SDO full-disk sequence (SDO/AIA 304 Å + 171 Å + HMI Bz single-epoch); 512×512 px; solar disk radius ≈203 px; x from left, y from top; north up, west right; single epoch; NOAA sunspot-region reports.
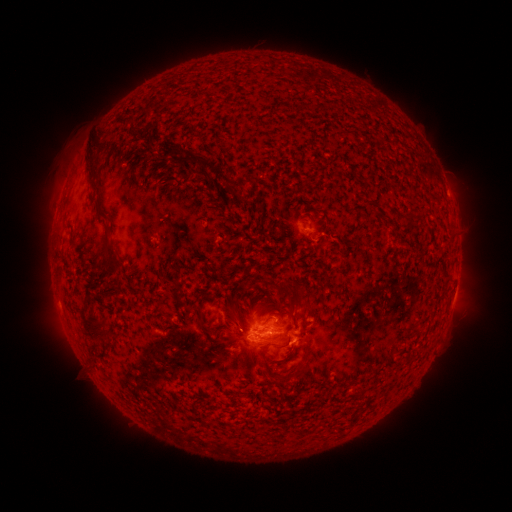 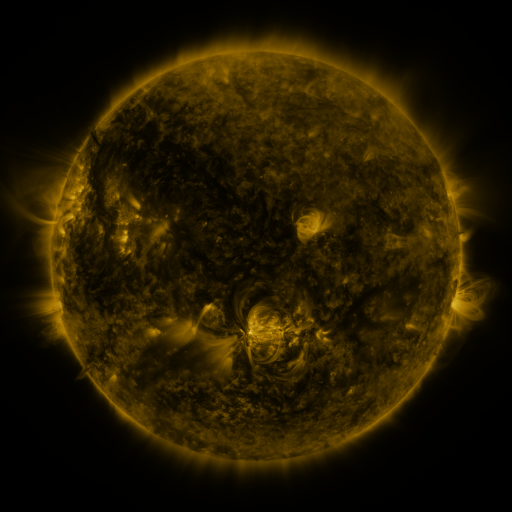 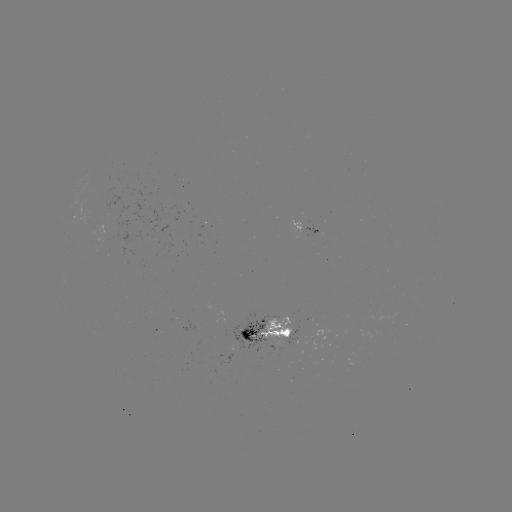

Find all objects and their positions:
spotted active region: (310, 230)
spotted active region: (269, 332)
